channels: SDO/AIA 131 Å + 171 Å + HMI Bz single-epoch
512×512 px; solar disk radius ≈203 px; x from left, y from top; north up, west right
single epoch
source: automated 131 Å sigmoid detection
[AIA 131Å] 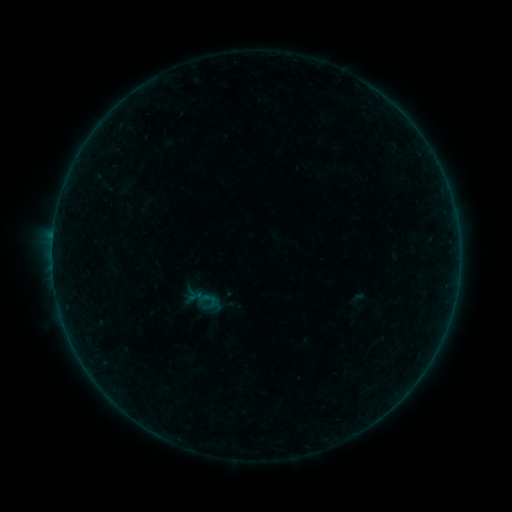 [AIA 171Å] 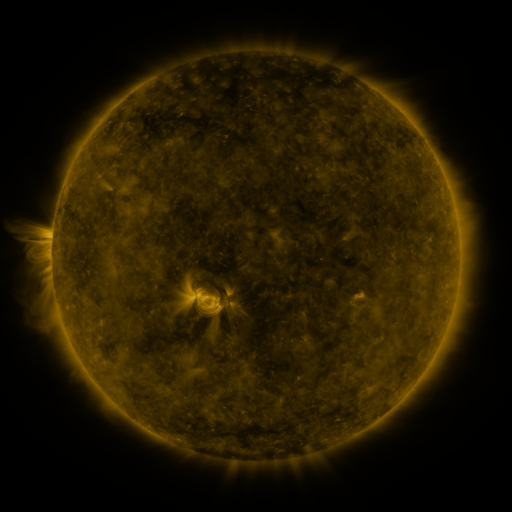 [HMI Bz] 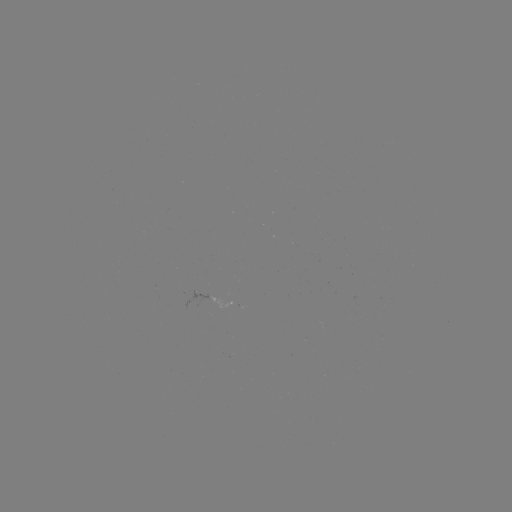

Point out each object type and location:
sigmoid: (194, 287, 221, 313)
